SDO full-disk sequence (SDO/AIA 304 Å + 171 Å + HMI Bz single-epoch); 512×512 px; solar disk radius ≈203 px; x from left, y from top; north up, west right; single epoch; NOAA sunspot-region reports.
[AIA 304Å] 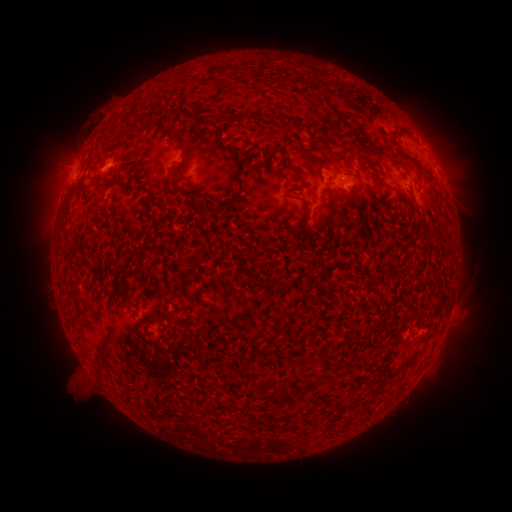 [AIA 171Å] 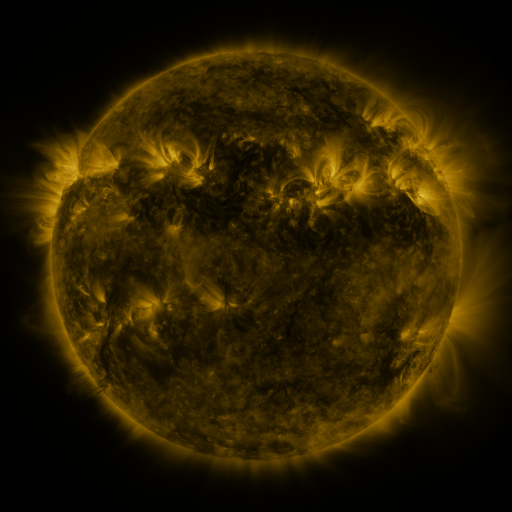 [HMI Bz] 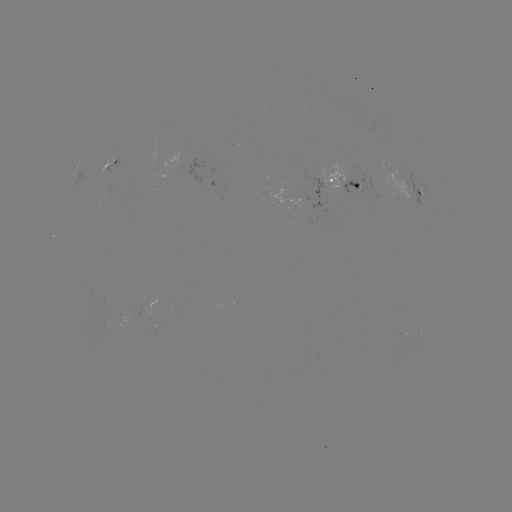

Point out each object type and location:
spotted active region: (112, 163)
spotted active region: (342, 184)
spotted active region: (415, 194)
spotted active region: (419, 339)
